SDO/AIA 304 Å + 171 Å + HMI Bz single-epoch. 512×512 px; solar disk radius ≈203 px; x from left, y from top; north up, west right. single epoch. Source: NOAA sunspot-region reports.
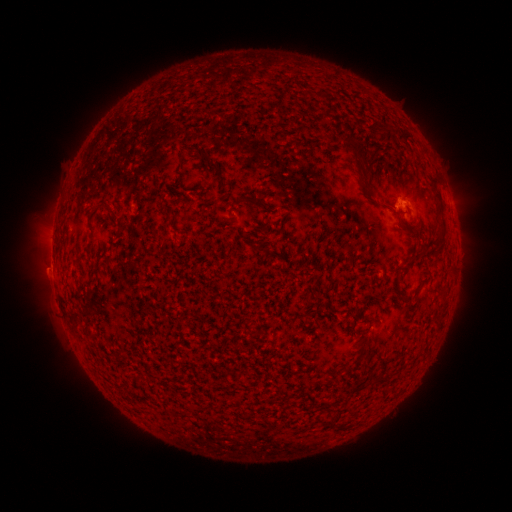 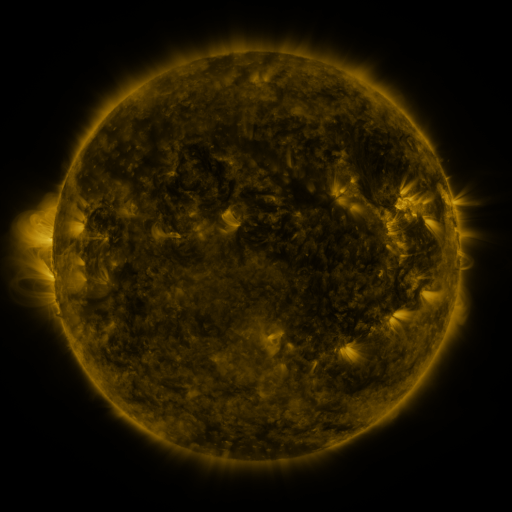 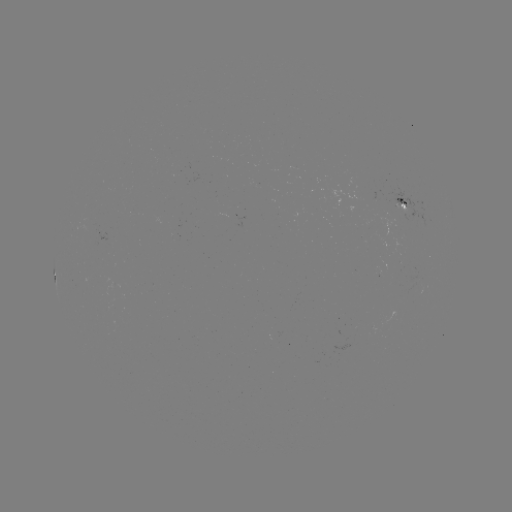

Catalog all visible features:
spotted active region: (402, 204)
